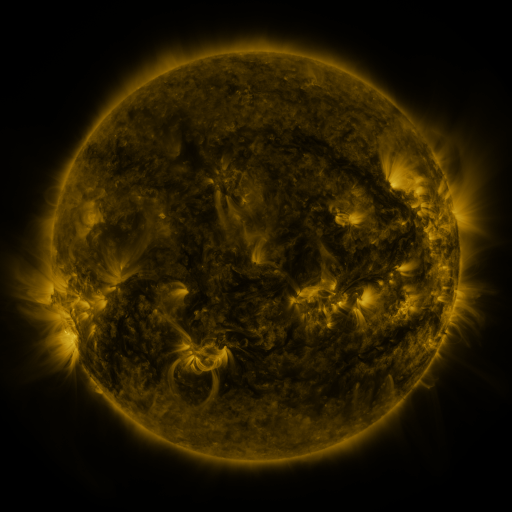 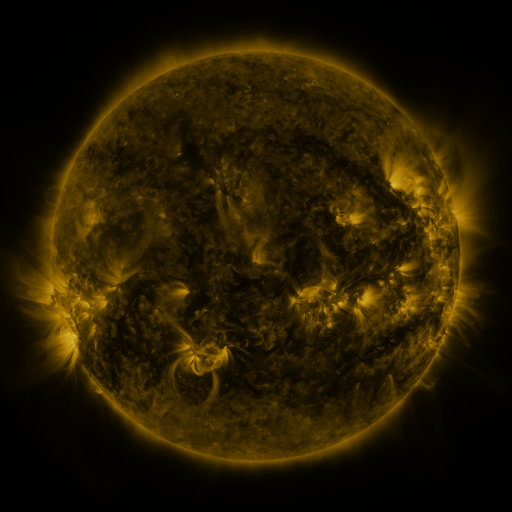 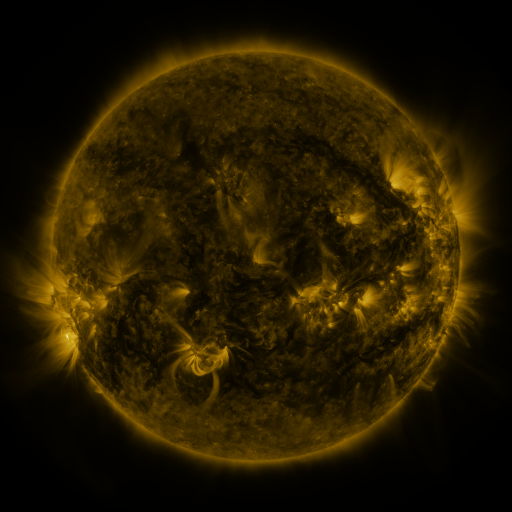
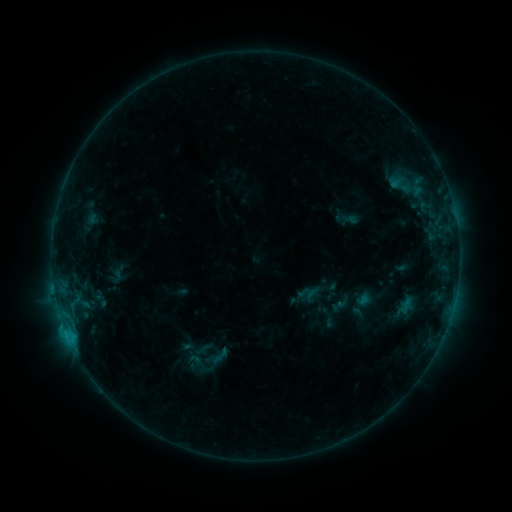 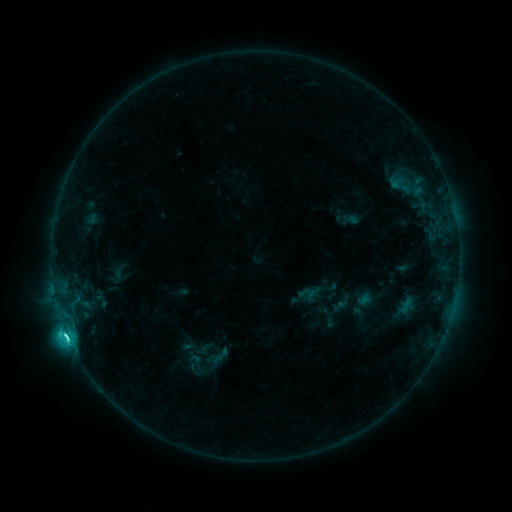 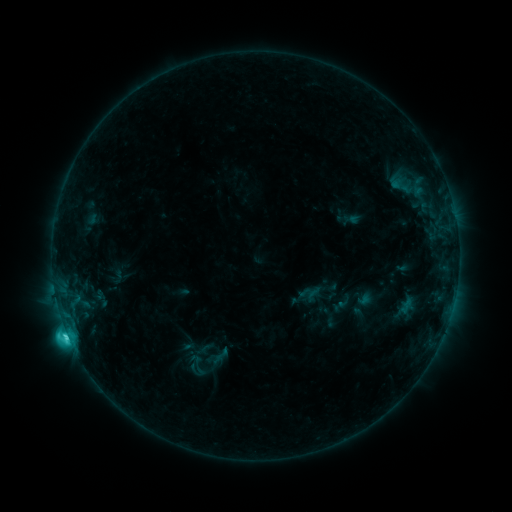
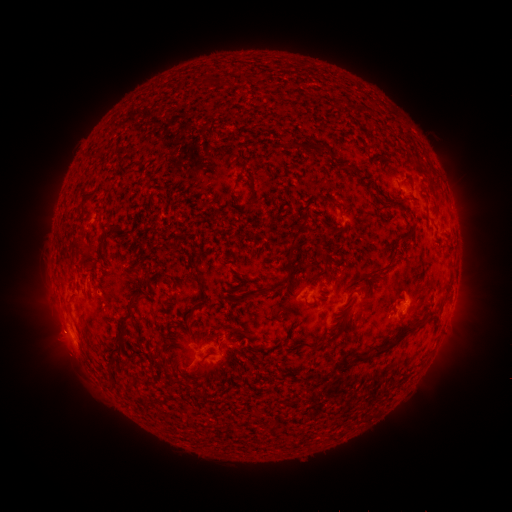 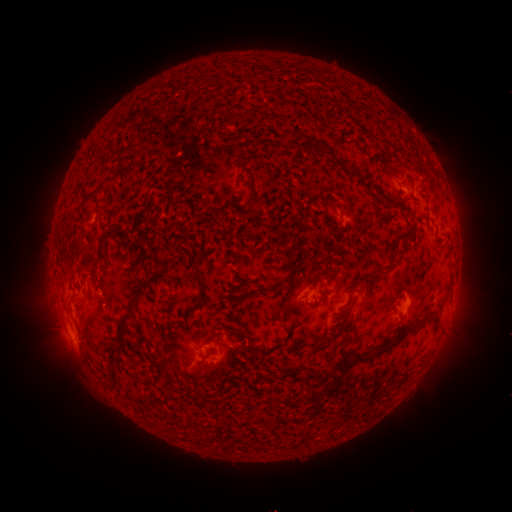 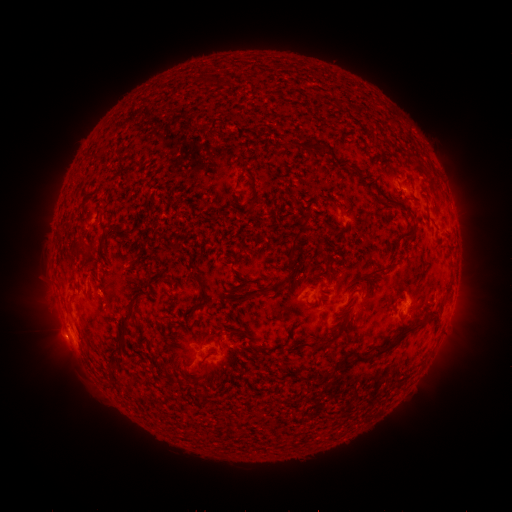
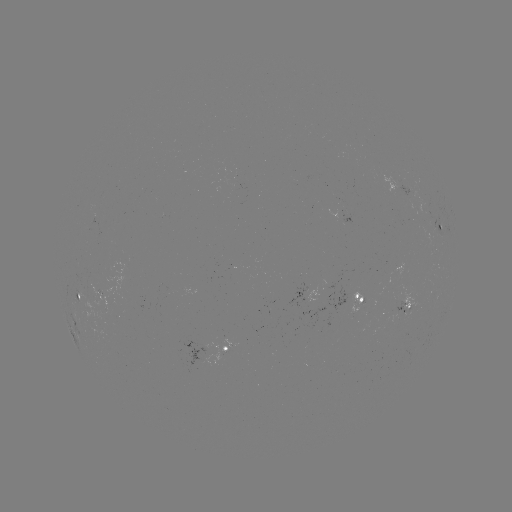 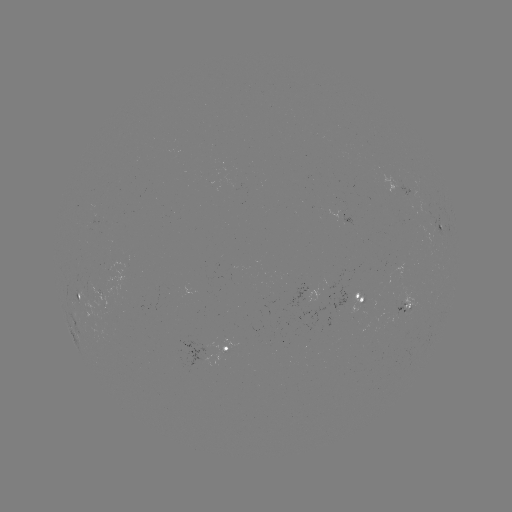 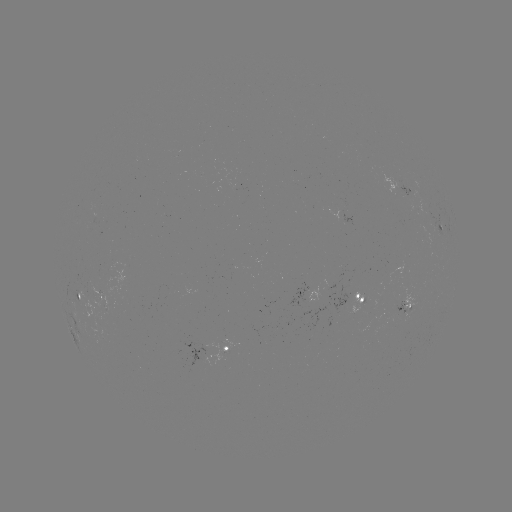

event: flare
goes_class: C6.2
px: (69, 334)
